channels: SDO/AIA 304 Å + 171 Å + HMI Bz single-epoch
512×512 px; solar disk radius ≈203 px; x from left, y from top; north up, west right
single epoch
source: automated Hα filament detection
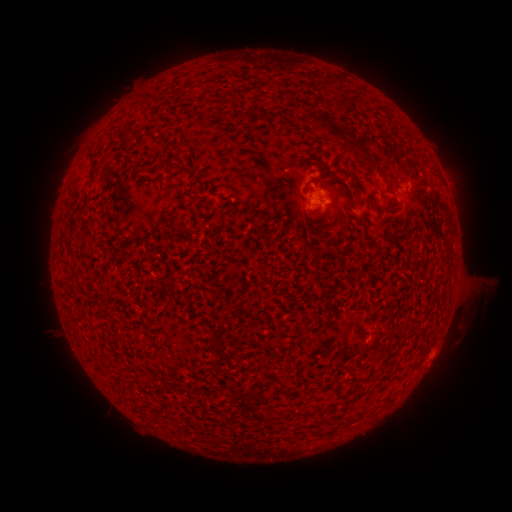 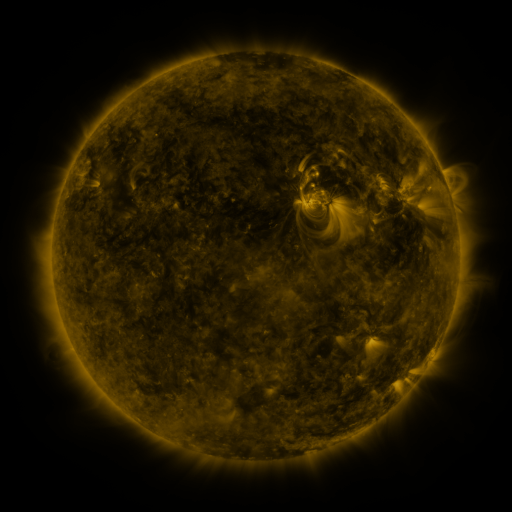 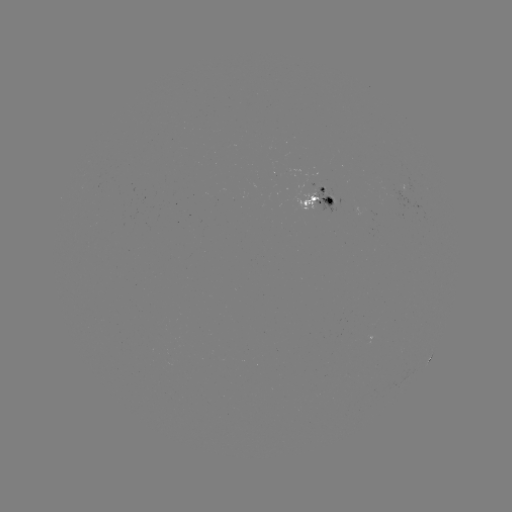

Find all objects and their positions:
filament: (343, 83)
filament: (223, 114)
filament: (342, 135)
filament: (324, 229)
